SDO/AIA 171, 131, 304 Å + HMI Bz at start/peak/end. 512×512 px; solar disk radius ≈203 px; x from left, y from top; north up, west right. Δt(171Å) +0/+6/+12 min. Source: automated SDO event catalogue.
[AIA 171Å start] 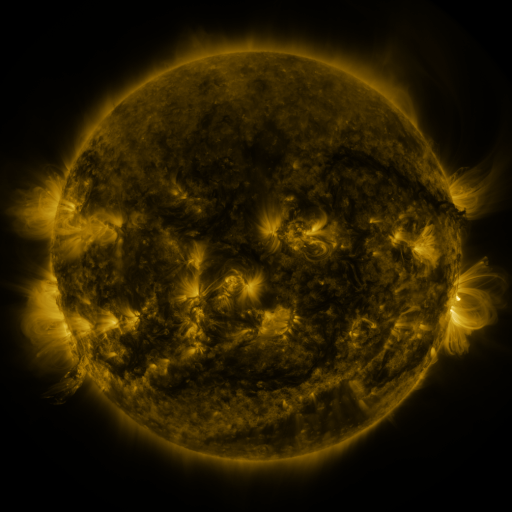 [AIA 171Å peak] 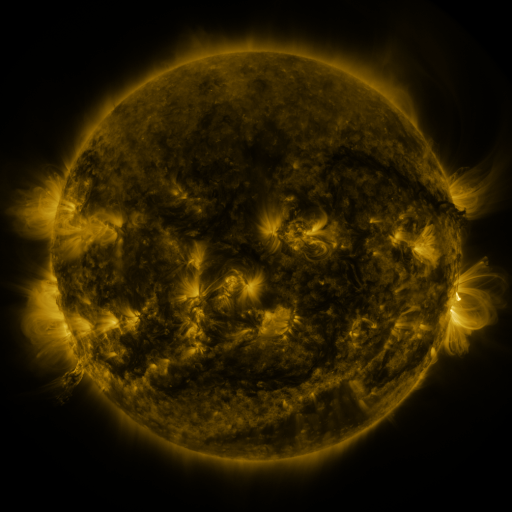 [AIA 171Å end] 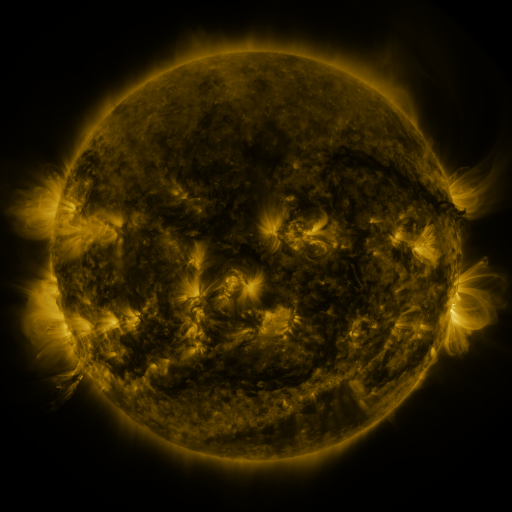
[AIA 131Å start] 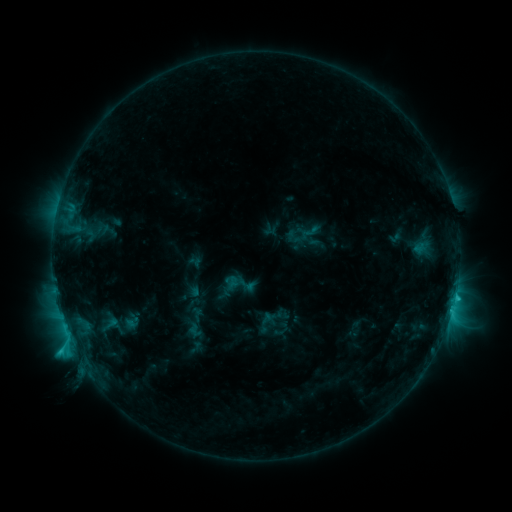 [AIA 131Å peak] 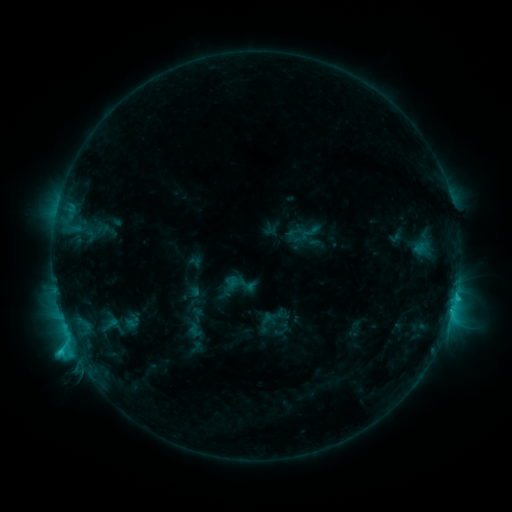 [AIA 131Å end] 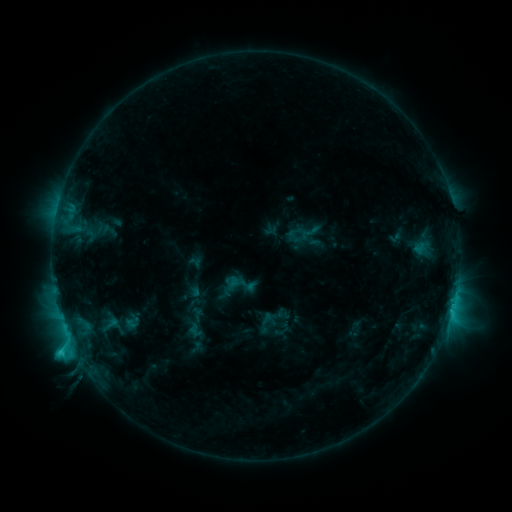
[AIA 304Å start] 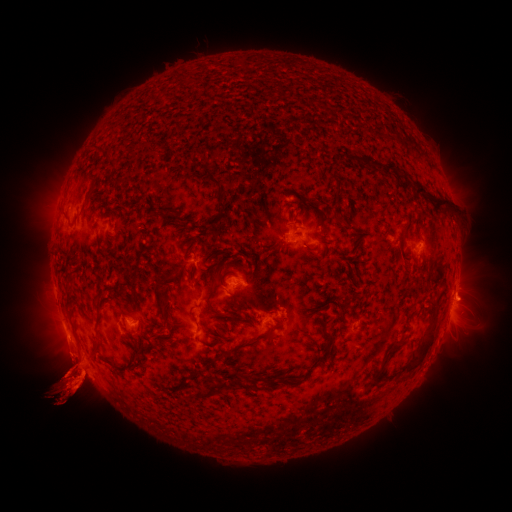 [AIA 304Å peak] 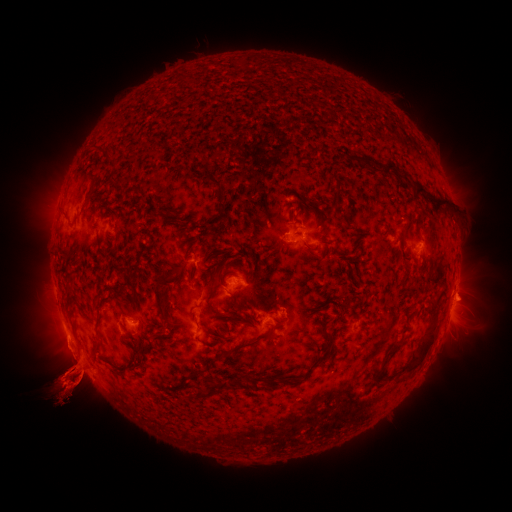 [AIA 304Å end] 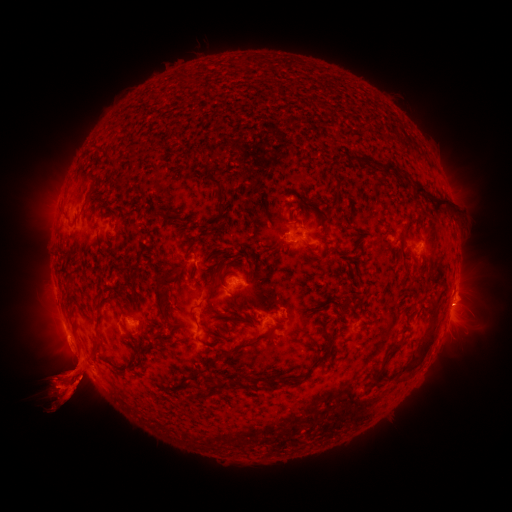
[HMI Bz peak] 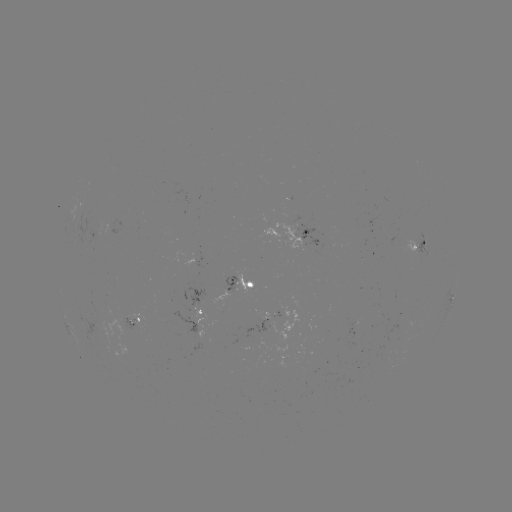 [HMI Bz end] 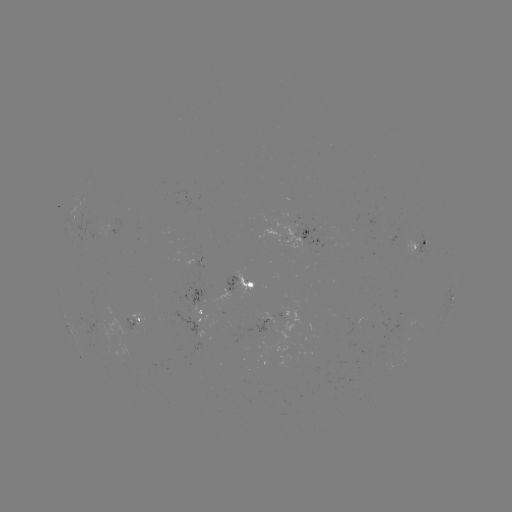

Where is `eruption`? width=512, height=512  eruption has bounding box [48, 292, 90, 320].